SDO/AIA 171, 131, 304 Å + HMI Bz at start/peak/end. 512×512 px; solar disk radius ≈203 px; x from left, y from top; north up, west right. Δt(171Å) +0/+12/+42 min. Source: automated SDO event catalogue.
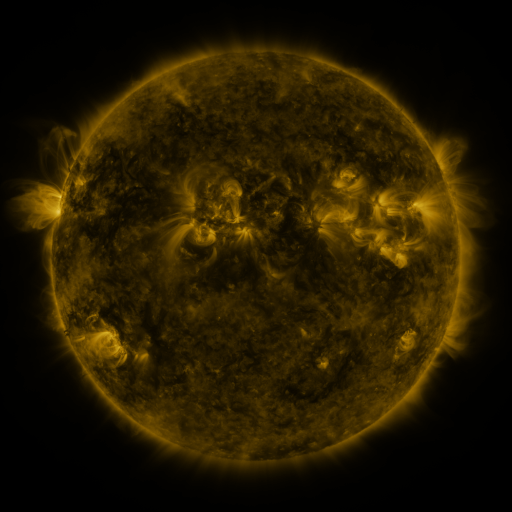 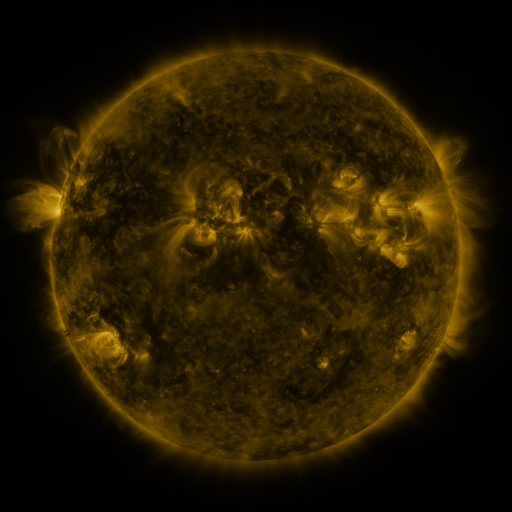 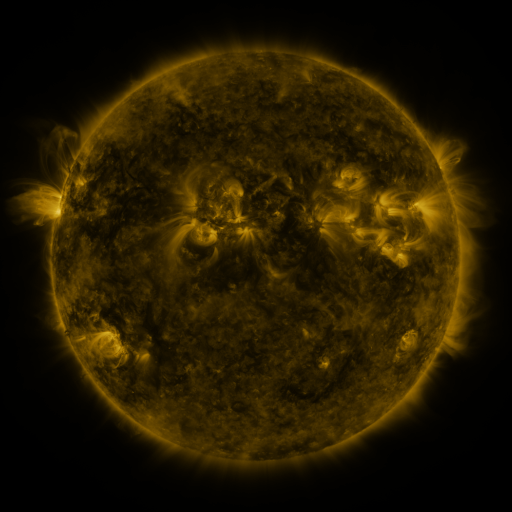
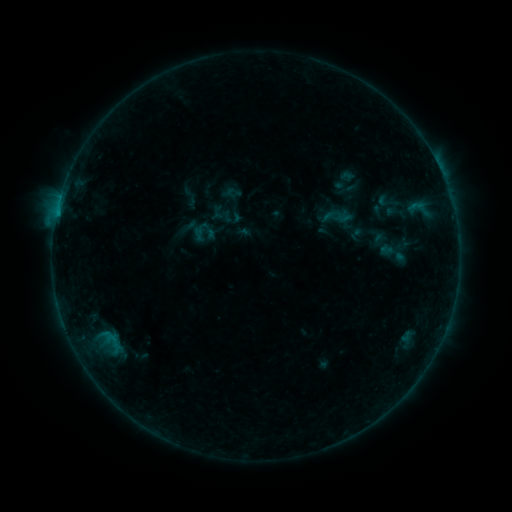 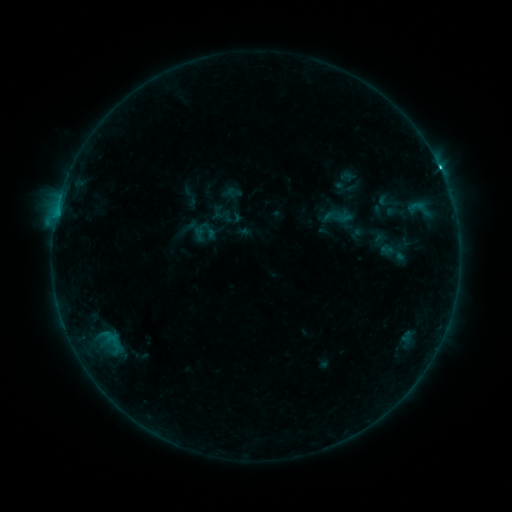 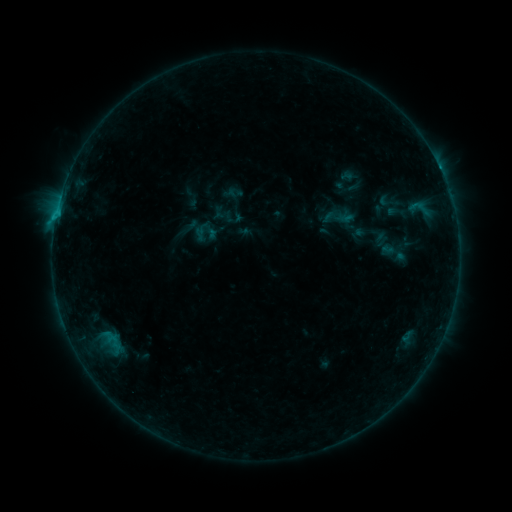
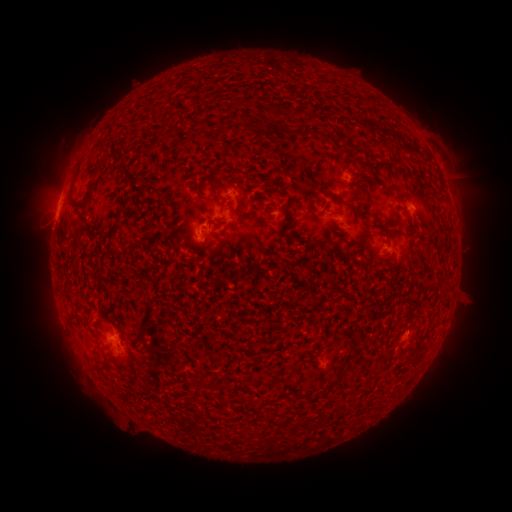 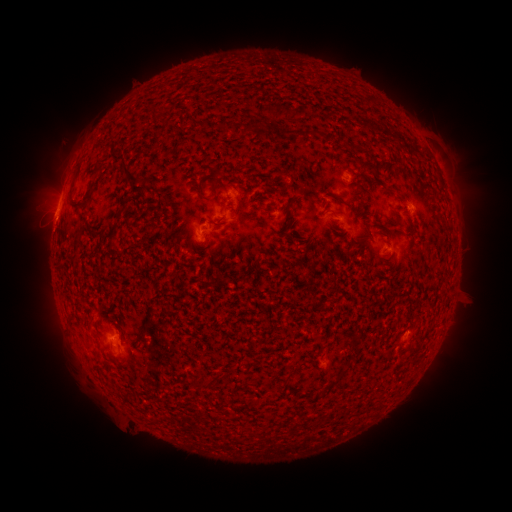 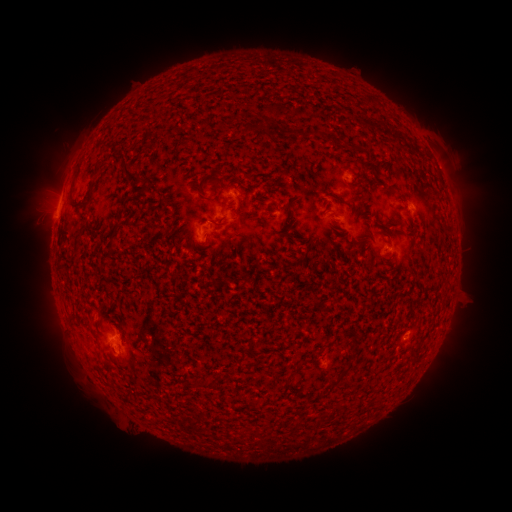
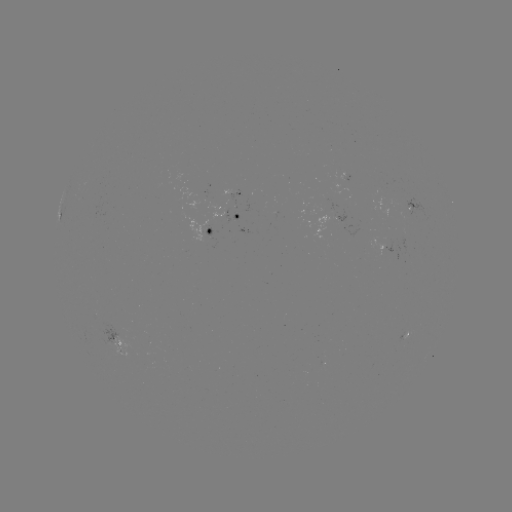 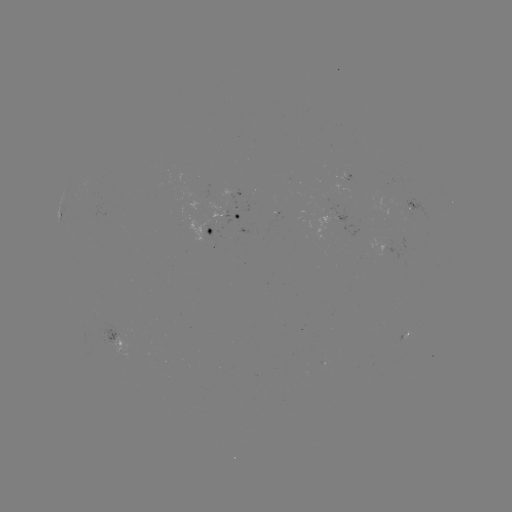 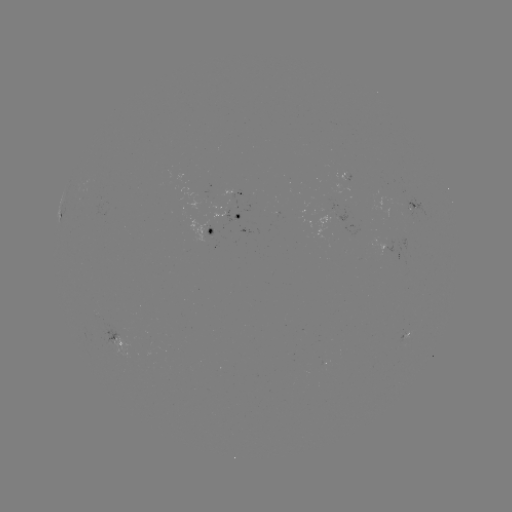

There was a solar flare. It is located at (55, 224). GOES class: C1.5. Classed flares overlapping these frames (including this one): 1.